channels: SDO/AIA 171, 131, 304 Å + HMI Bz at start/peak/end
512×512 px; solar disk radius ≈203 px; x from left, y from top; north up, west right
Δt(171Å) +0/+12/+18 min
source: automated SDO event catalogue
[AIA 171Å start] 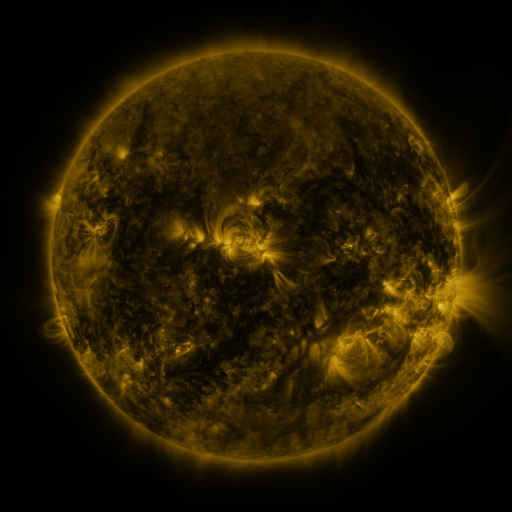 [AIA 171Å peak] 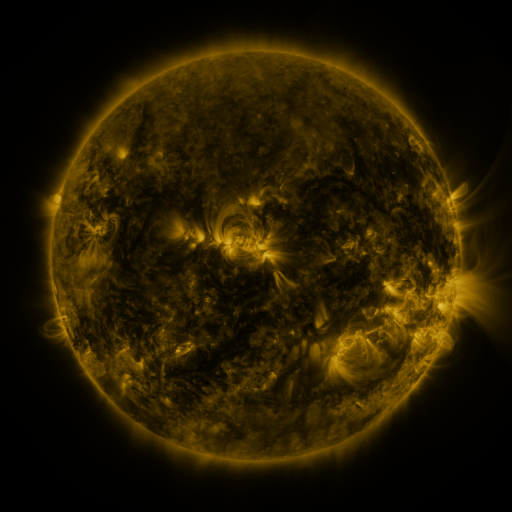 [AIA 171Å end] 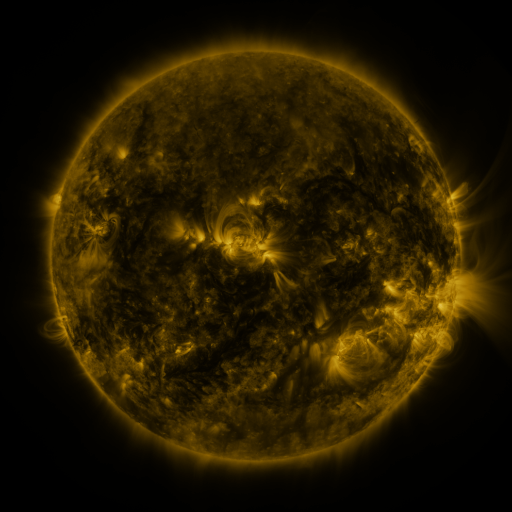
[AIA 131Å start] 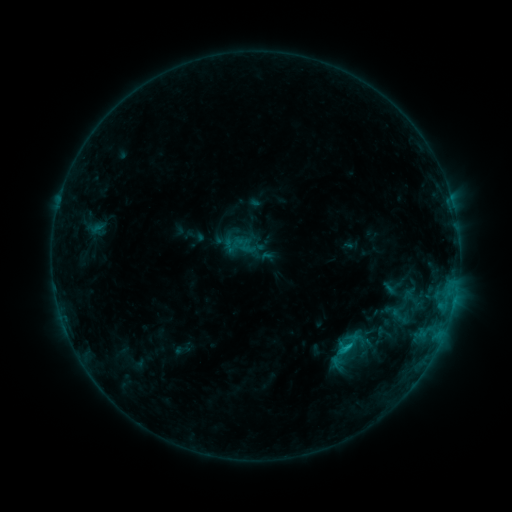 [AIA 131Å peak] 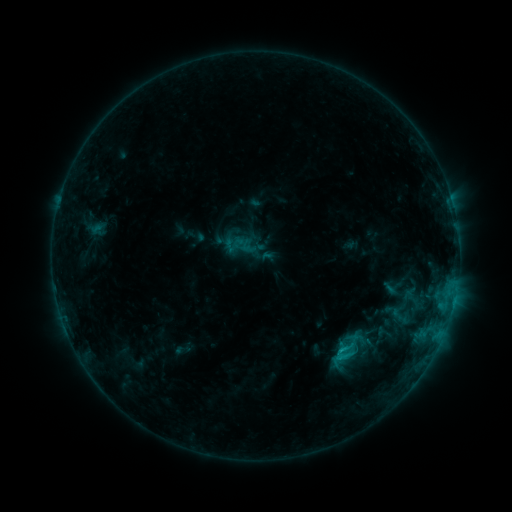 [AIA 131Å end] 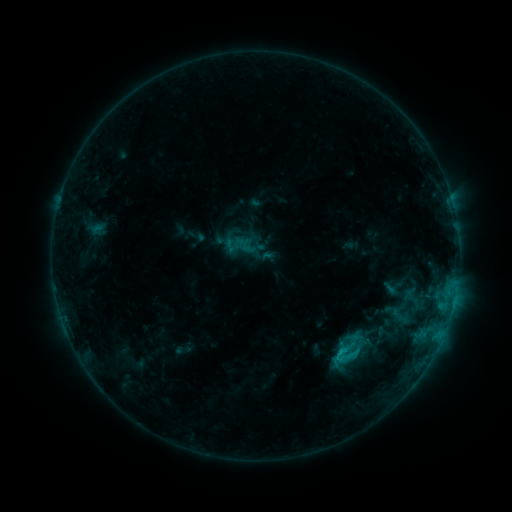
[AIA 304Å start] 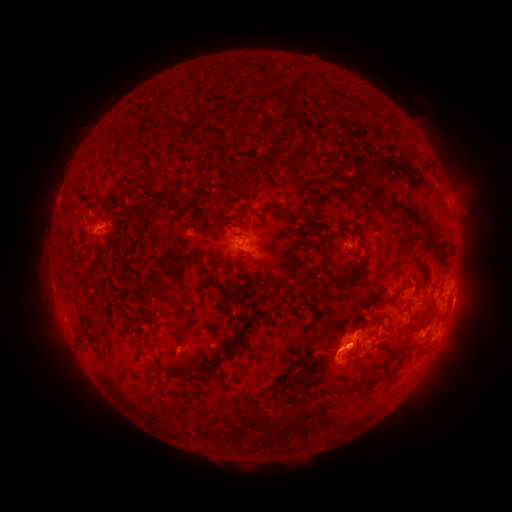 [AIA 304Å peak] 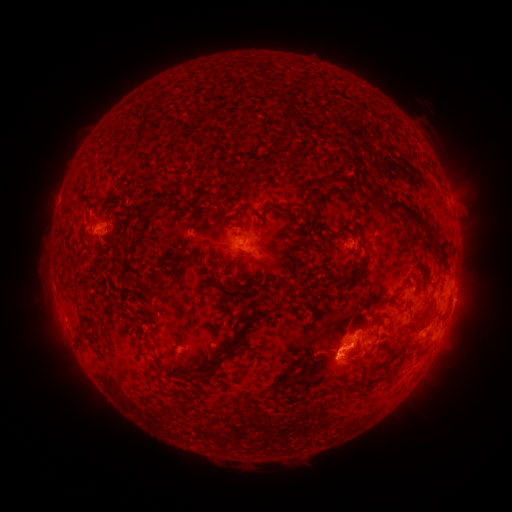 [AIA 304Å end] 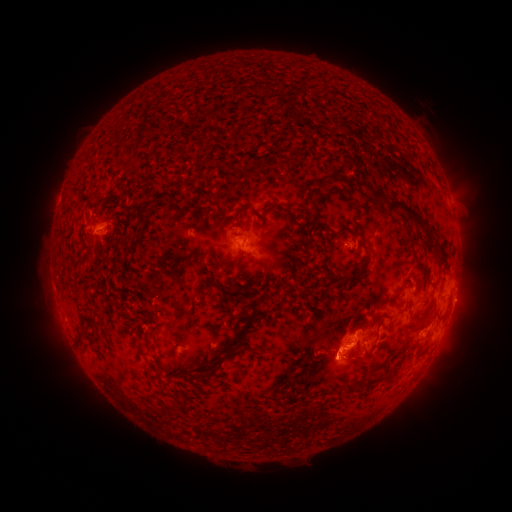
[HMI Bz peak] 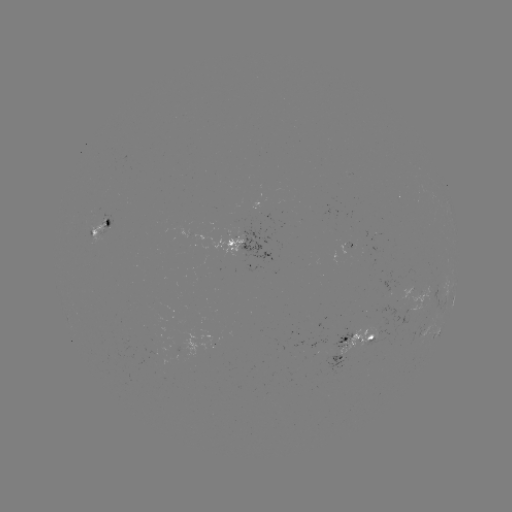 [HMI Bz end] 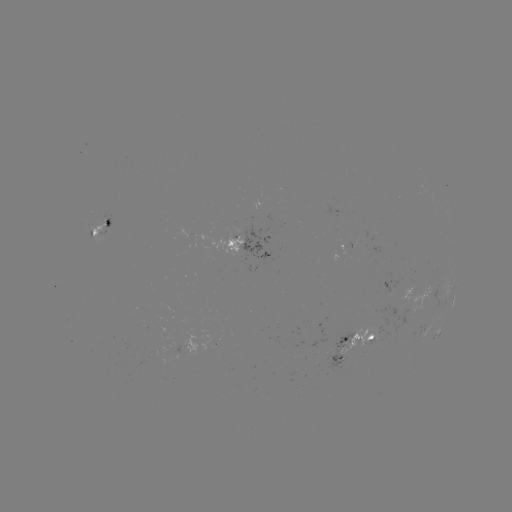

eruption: (295, 304, 378, 389)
